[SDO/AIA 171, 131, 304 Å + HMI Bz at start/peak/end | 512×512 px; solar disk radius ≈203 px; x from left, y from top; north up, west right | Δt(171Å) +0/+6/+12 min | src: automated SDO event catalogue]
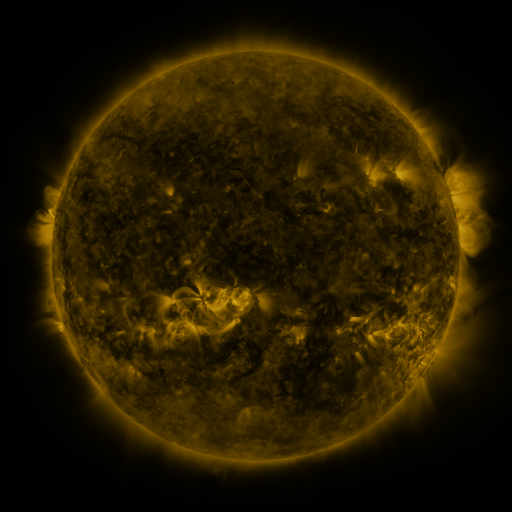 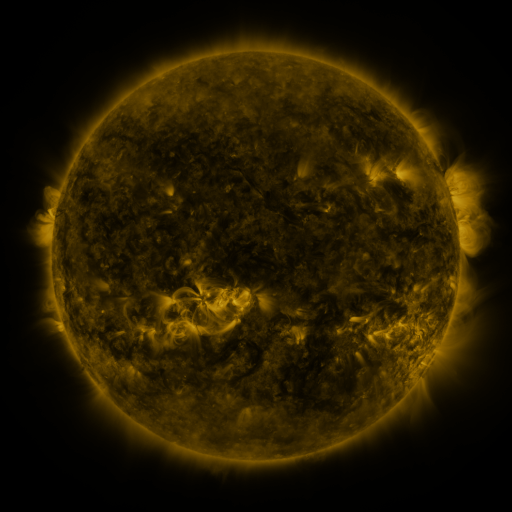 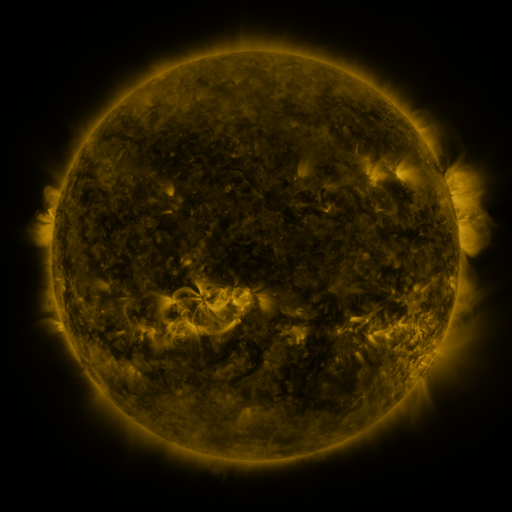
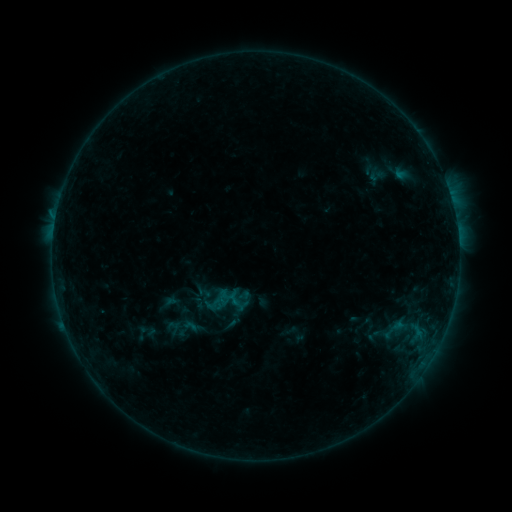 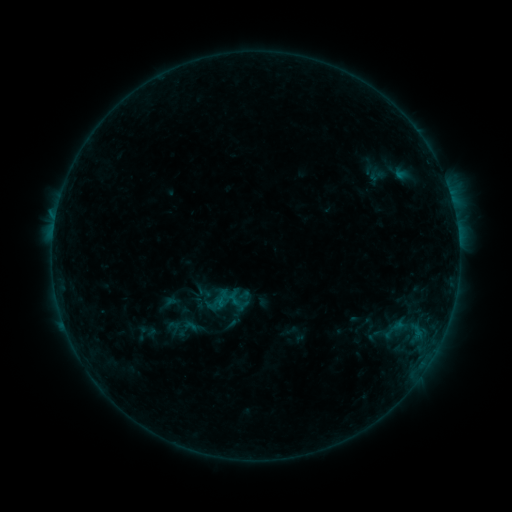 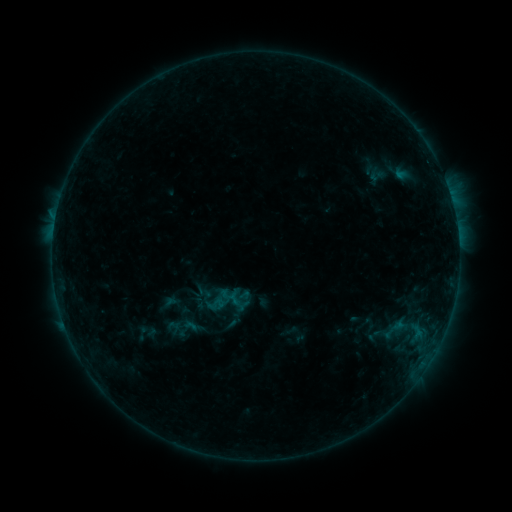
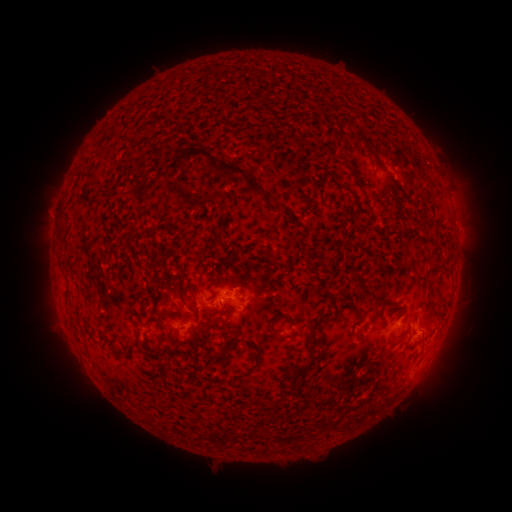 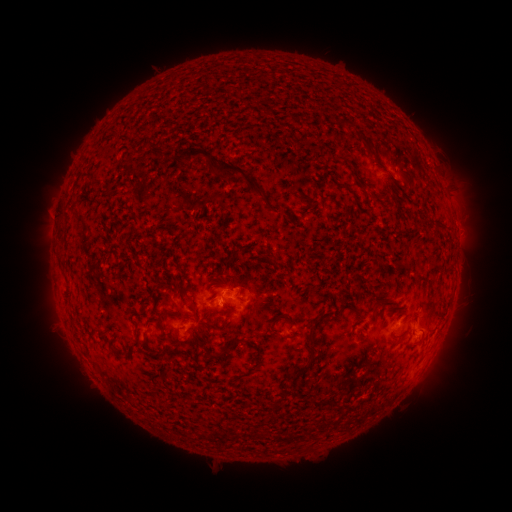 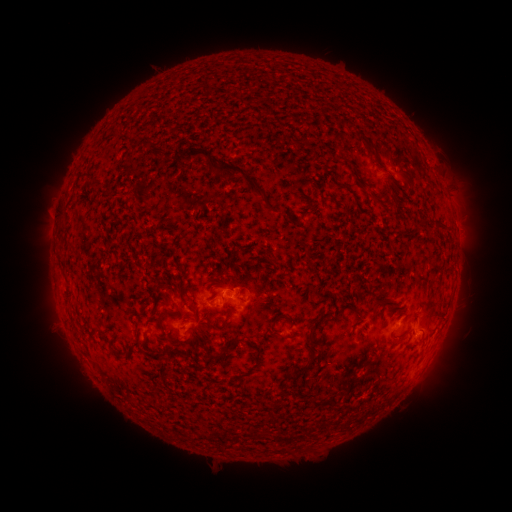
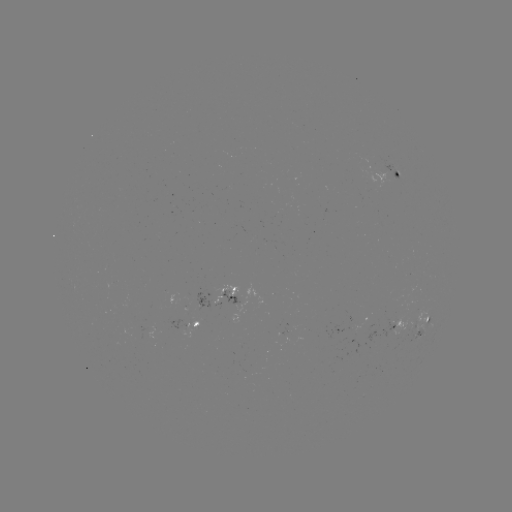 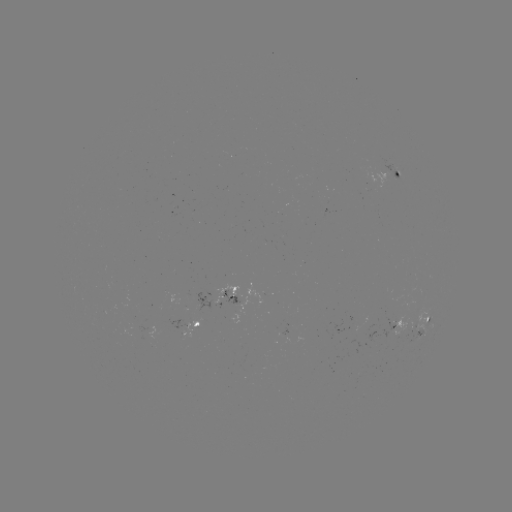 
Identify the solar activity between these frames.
no classed flare was catalogued and no EUV brightening was flagged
